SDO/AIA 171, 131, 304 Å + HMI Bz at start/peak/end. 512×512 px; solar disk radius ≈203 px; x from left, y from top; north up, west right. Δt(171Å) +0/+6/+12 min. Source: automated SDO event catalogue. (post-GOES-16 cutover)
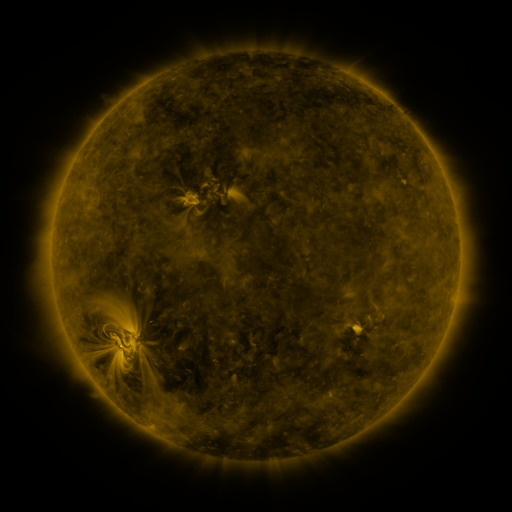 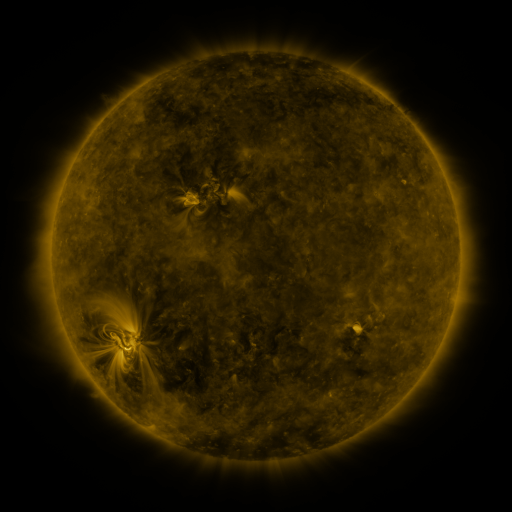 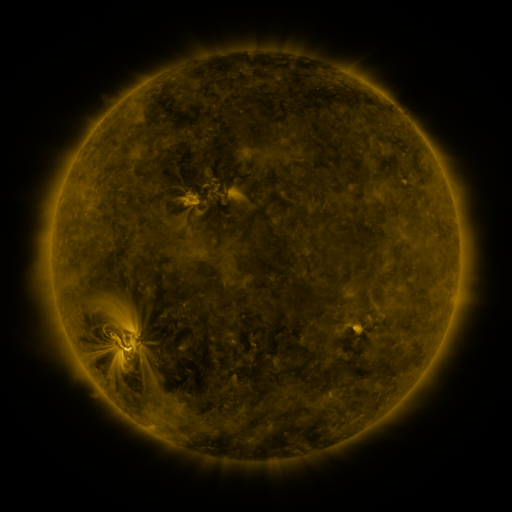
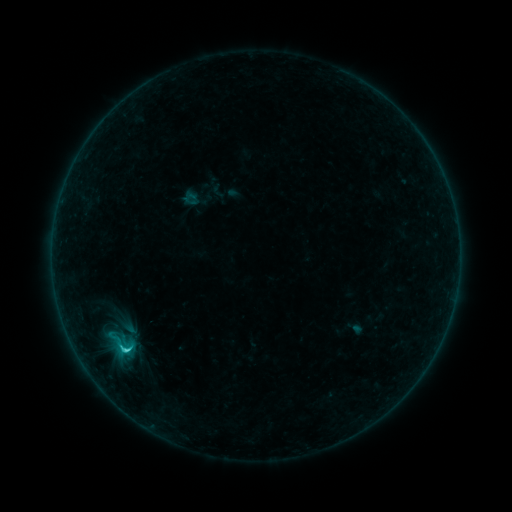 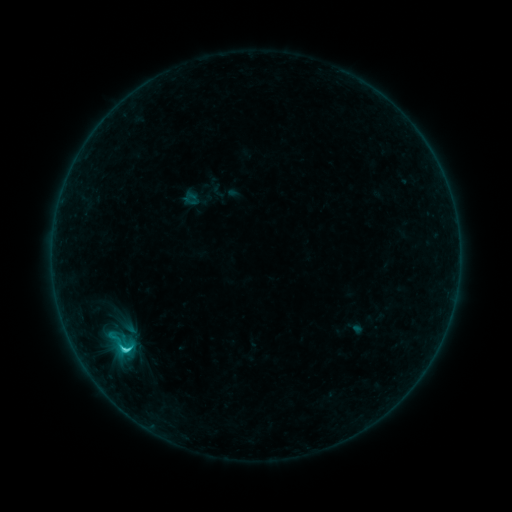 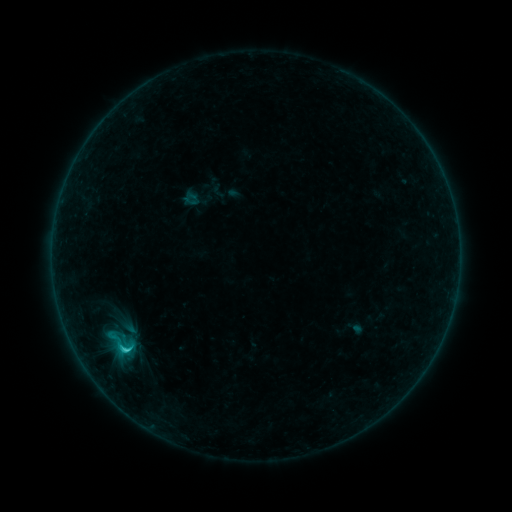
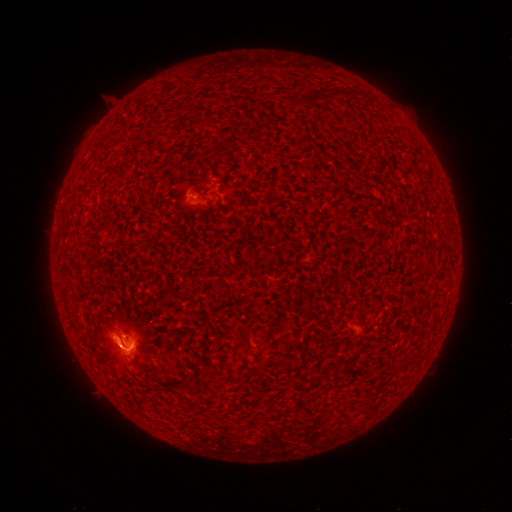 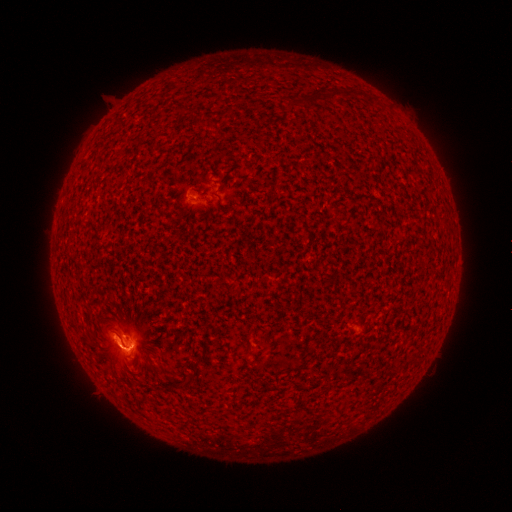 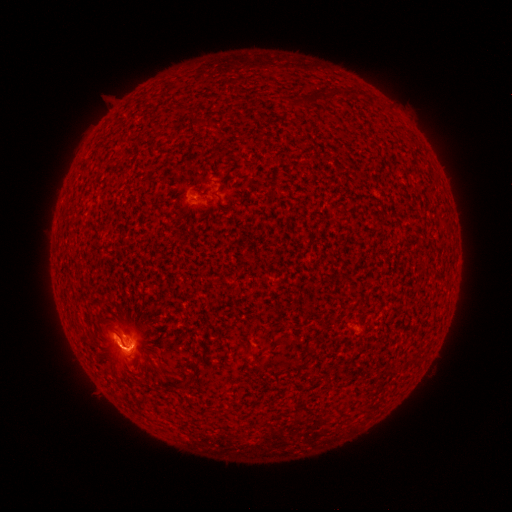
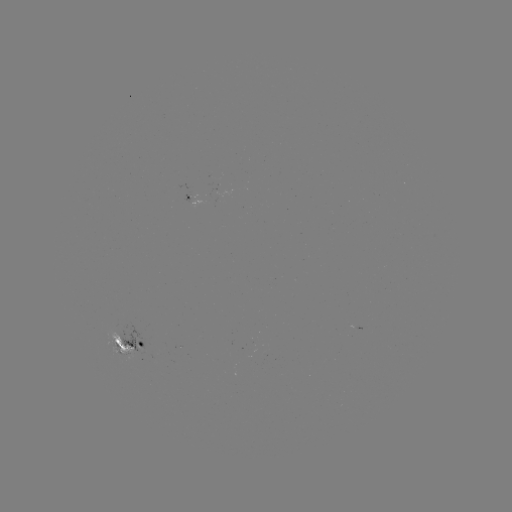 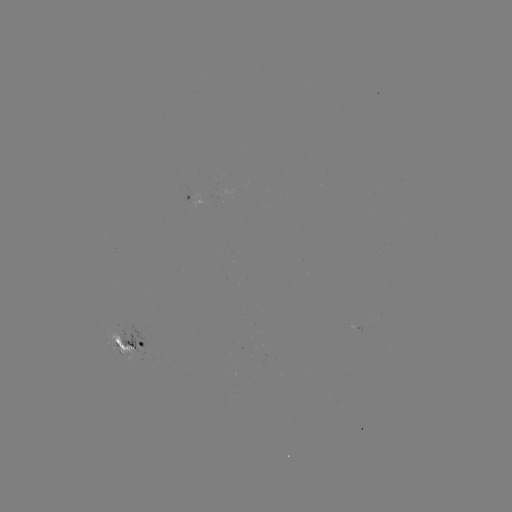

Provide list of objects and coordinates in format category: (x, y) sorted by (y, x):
C2.8 flare: (122, 347)
